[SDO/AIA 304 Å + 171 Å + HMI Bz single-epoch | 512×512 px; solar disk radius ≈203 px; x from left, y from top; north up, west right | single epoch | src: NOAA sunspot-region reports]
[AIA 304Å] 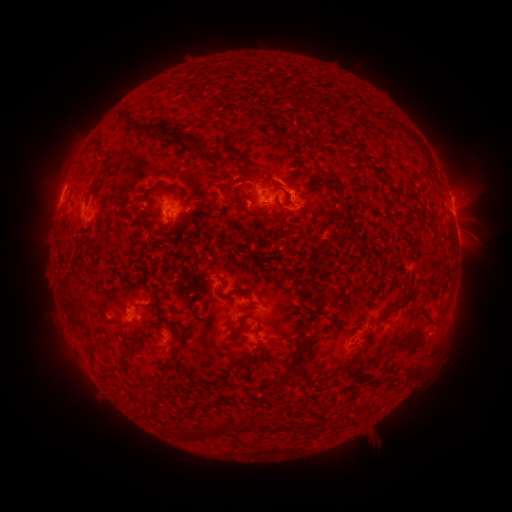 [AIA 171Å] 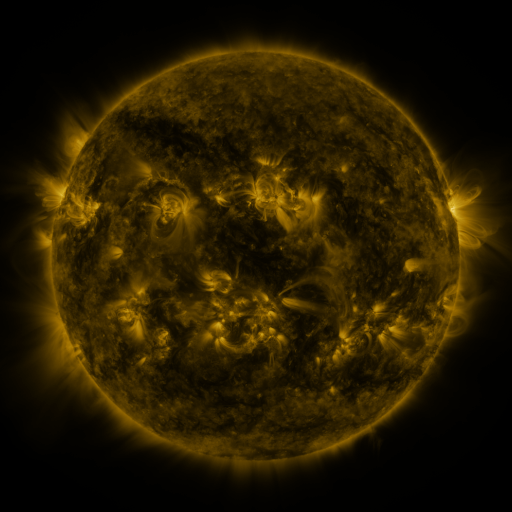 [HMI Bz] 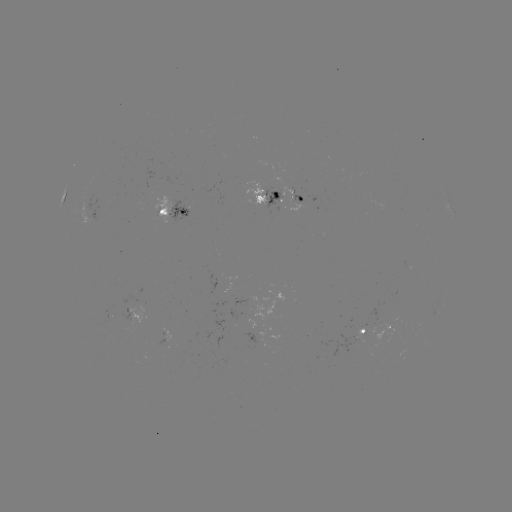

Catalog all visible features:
spotted active region: (266, 198)
spotted active region: (297, 198)
spotted active region: (454, 213)
spotted active region: (174, 216)
spotted active region: (234, 283)
spotted active region: (139, 316)
spotted active region: (391, 320)
spotted active region: (367, 326)
